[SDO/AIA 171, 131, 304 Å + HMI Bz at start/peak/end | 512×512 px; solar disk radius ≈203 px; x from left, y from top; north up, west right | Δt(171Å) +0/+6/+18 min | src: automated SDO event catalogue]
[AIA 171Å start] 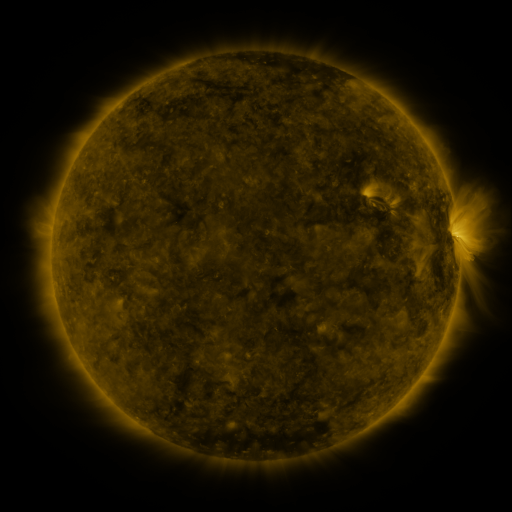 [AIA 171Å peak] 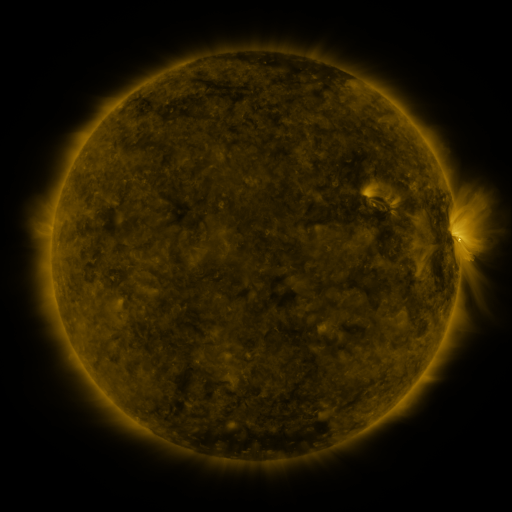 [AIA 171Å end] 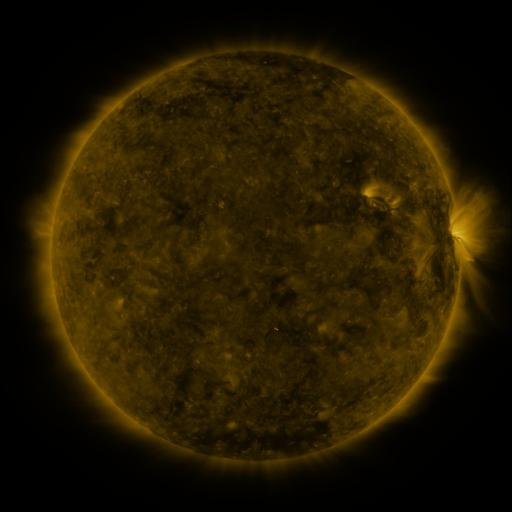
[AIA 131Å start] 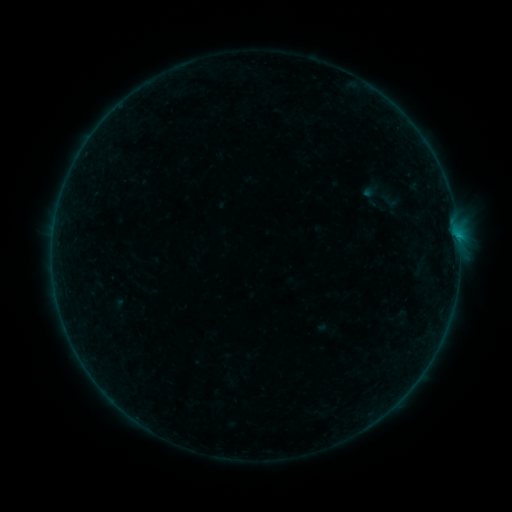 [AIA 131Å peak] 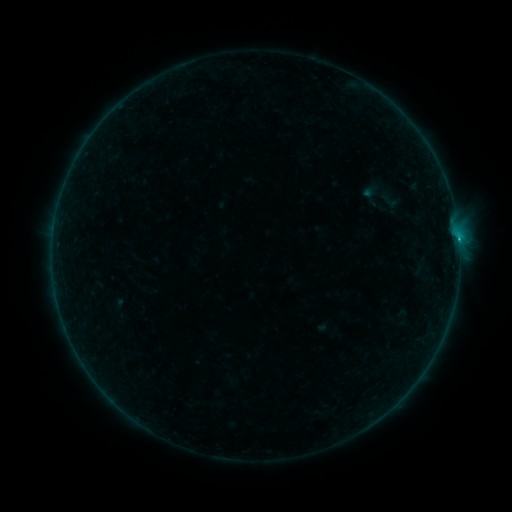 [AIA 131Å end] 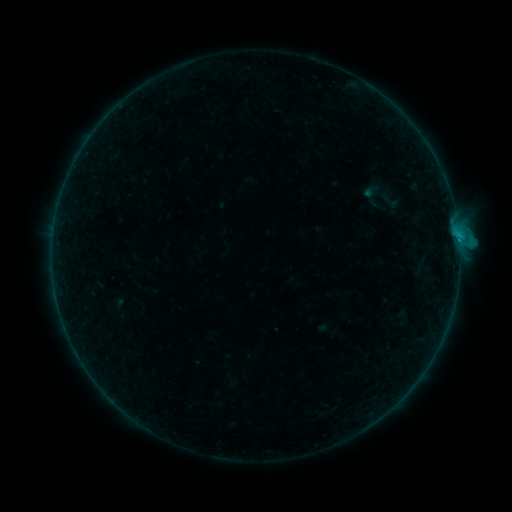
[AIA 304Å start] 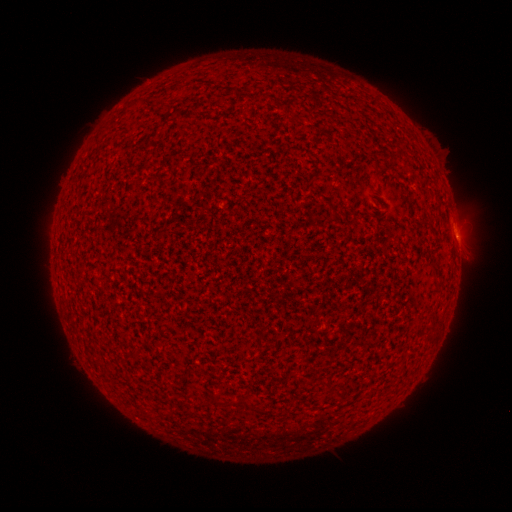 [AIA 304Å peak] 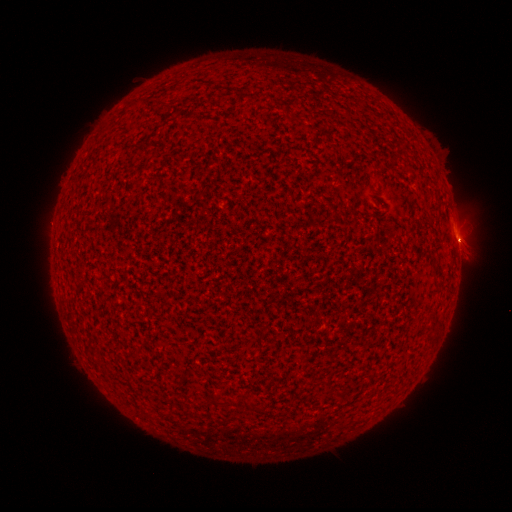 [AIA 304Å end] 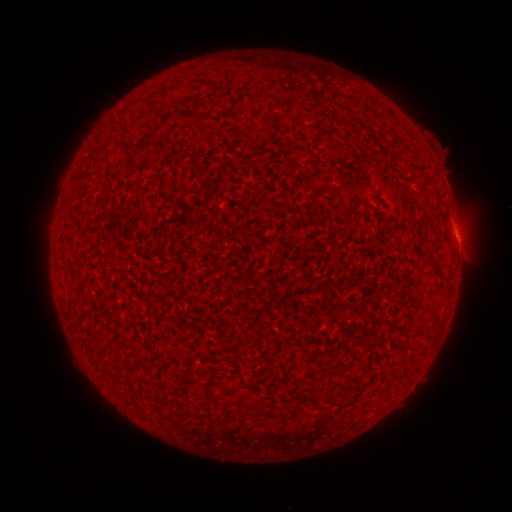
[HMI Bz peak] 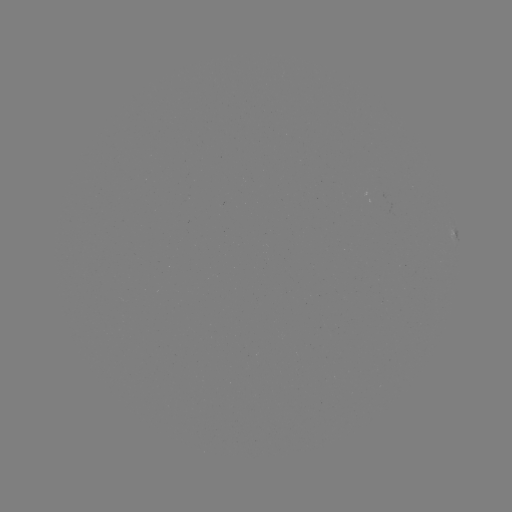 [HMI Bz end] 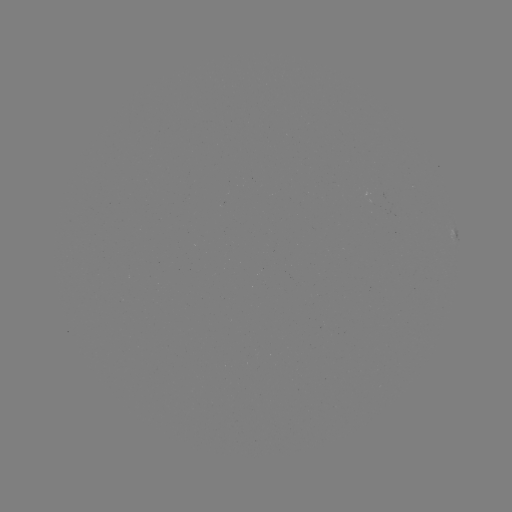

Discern B8.5 flare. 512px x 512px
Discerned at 458,241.